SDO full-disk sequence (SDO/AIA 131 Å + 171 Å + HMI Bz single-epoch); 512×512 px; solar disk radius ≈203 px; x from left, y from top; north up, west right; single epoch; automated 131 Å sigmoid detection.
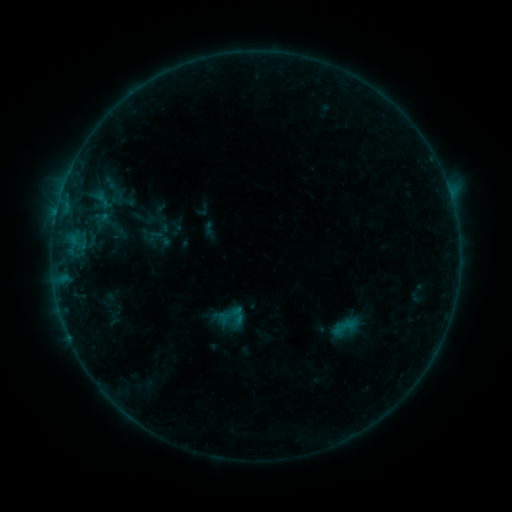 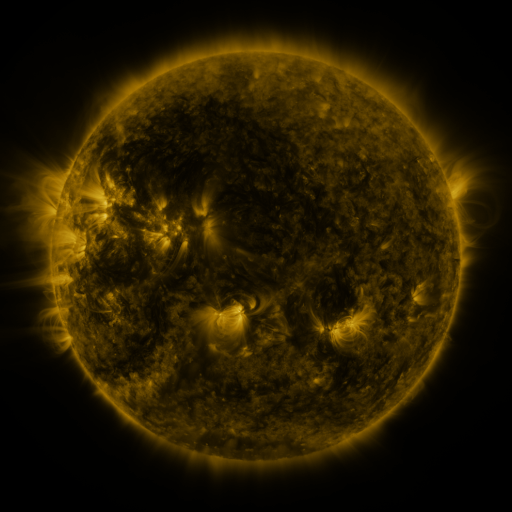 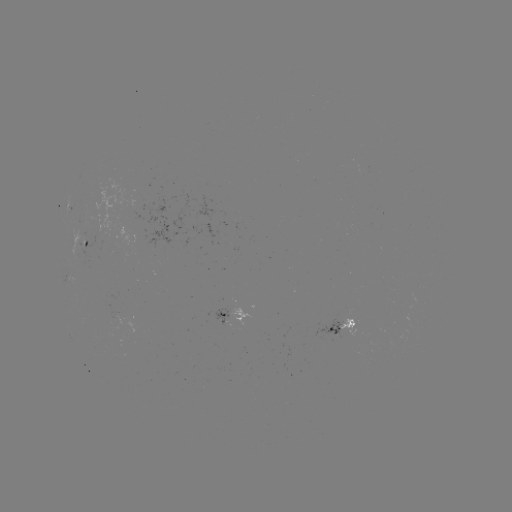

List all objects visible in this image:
sigmoid: (231, 317)
